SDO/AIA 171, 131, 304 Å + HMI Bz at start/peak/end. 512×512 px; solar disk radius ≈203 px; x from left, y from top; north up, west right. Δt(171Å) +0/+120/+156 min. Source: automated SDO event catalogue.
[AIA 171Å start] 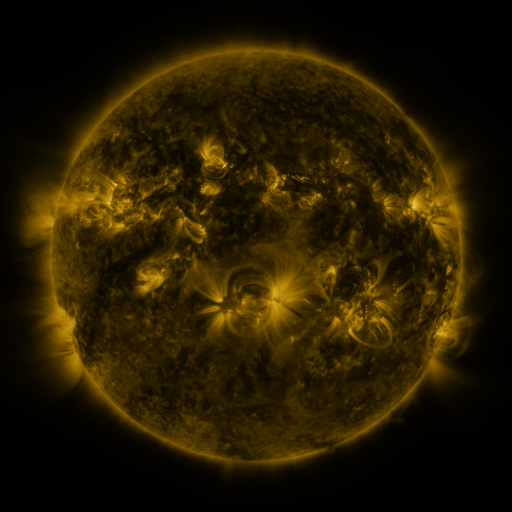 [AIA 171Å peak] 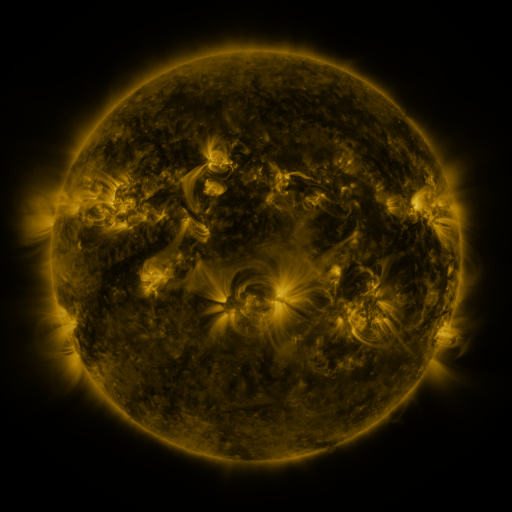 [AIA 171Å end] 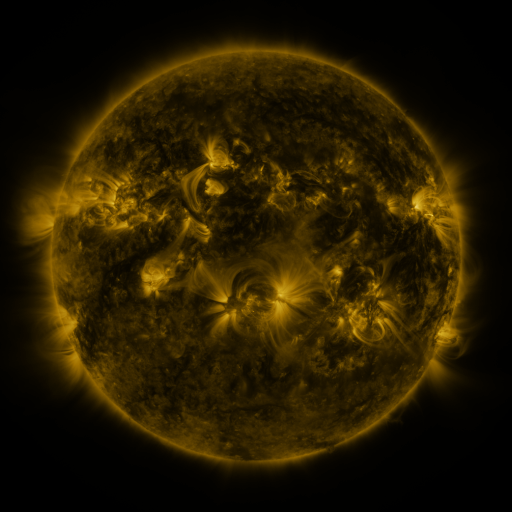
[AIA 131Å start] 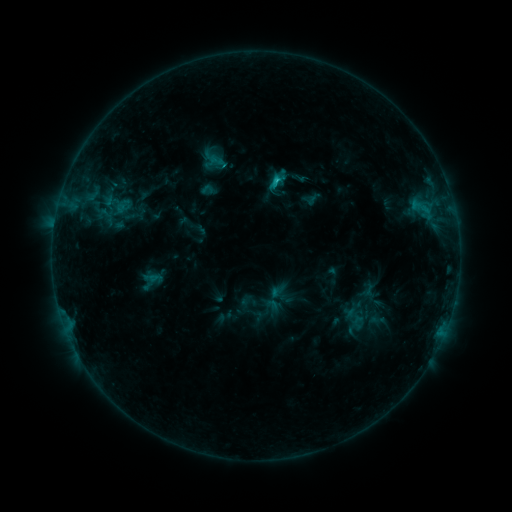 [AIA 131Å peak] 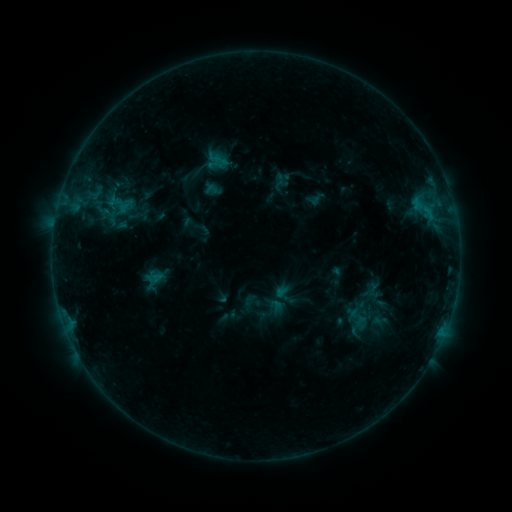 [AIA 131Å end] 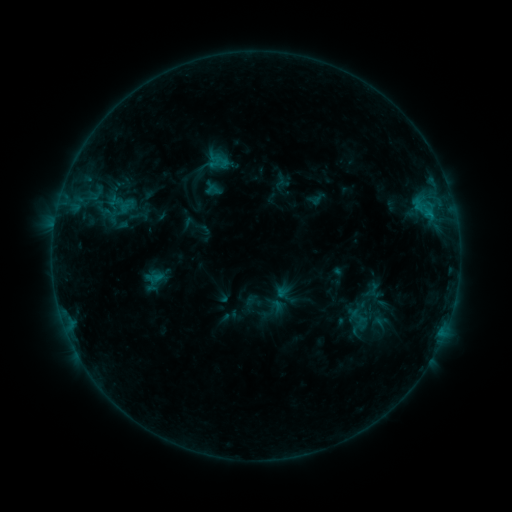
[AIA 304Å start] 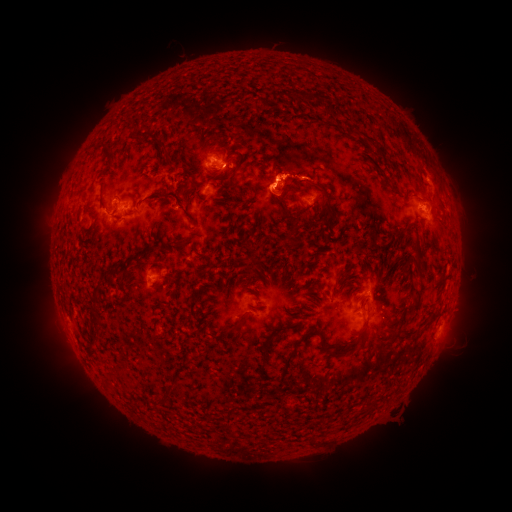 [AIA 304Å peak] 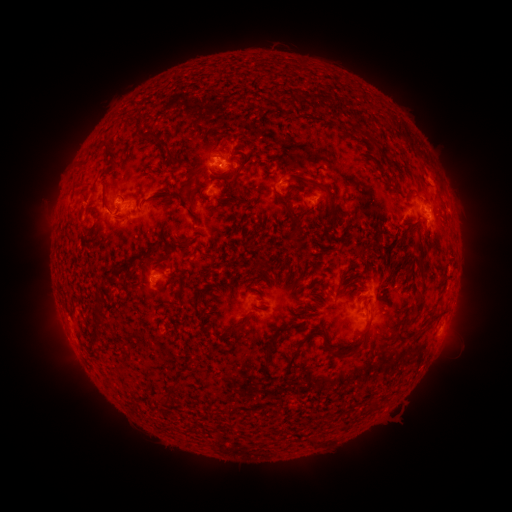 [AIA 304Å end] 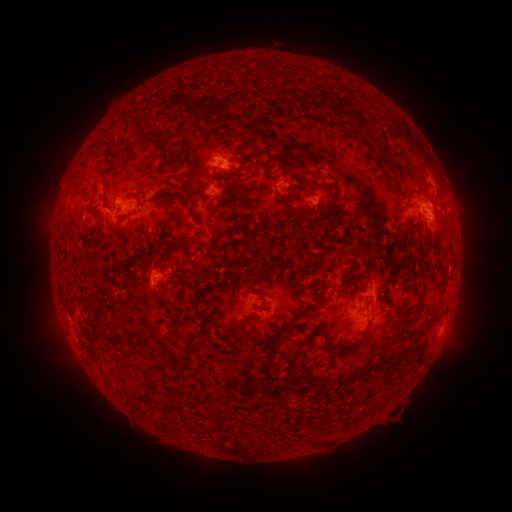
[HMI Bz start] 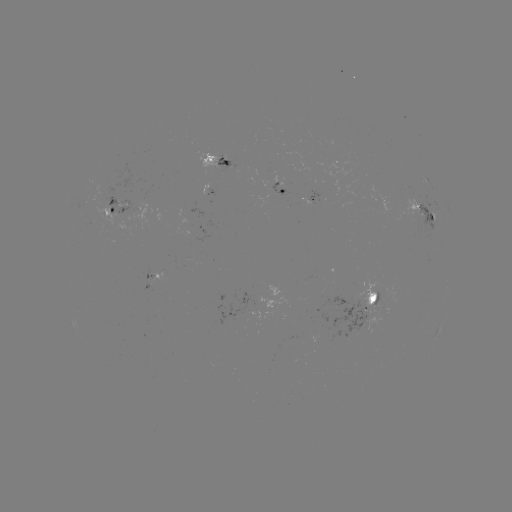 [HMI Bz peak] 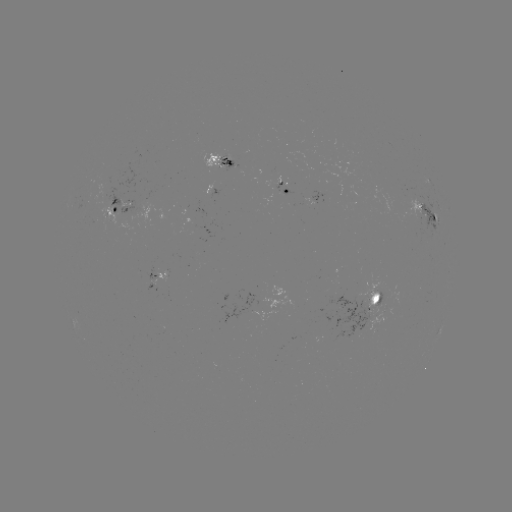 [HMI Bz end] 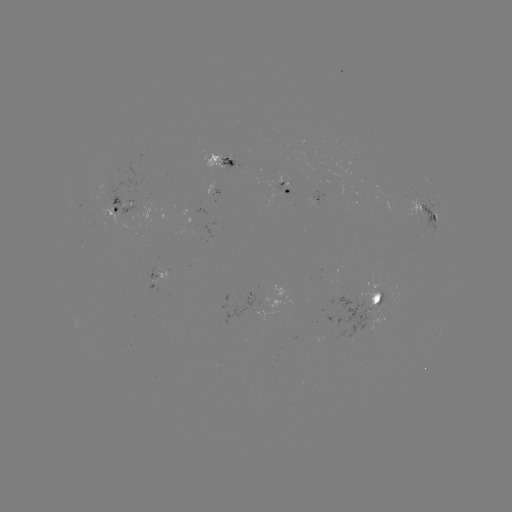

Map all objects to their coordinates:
emerging-flux region: (159, 282)
